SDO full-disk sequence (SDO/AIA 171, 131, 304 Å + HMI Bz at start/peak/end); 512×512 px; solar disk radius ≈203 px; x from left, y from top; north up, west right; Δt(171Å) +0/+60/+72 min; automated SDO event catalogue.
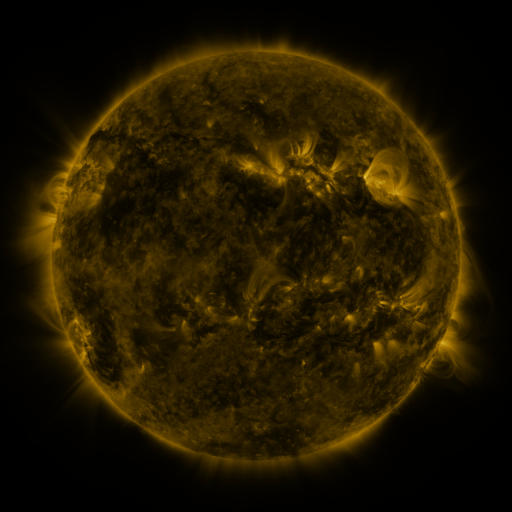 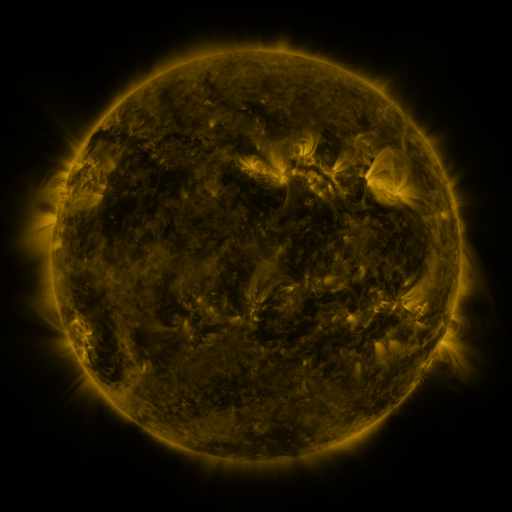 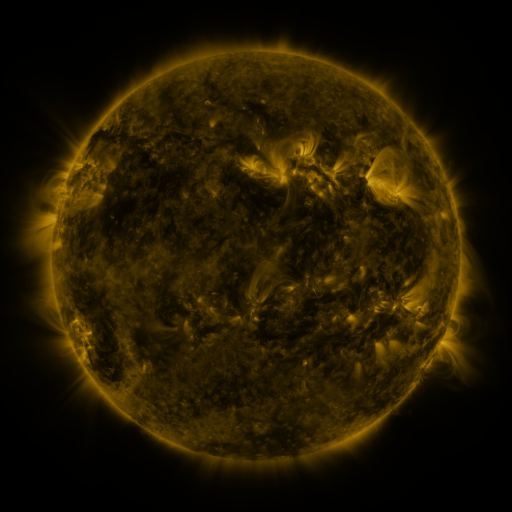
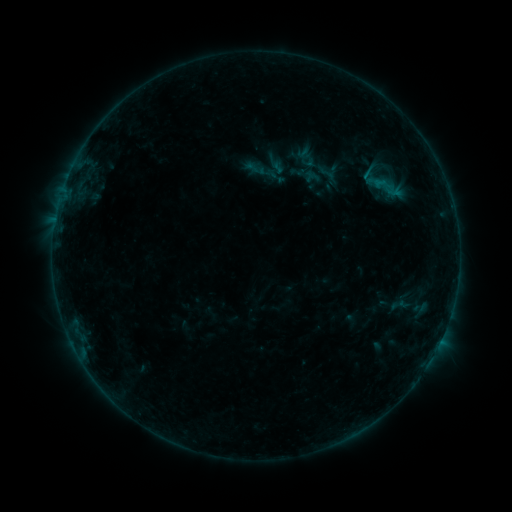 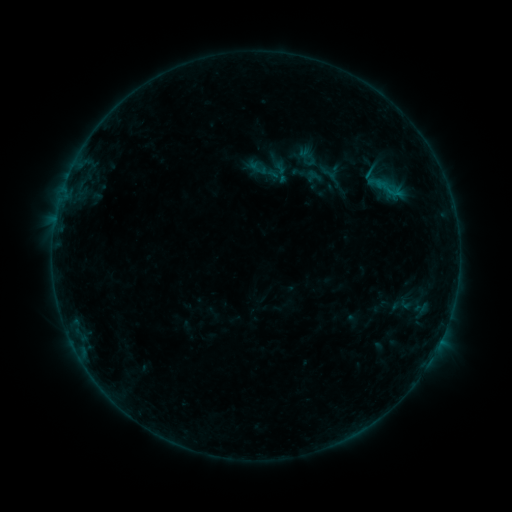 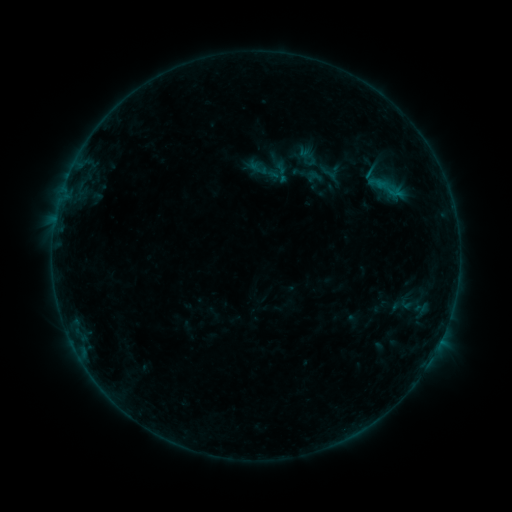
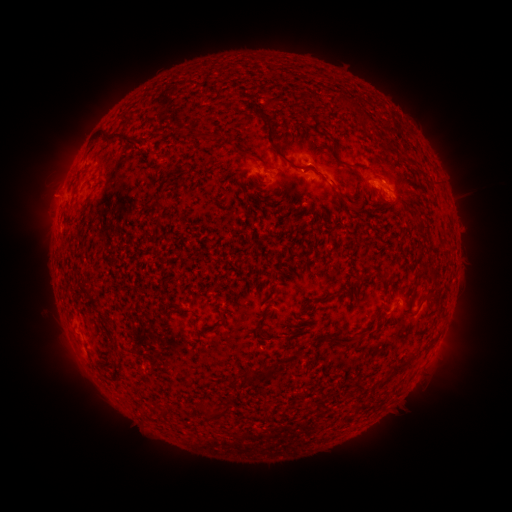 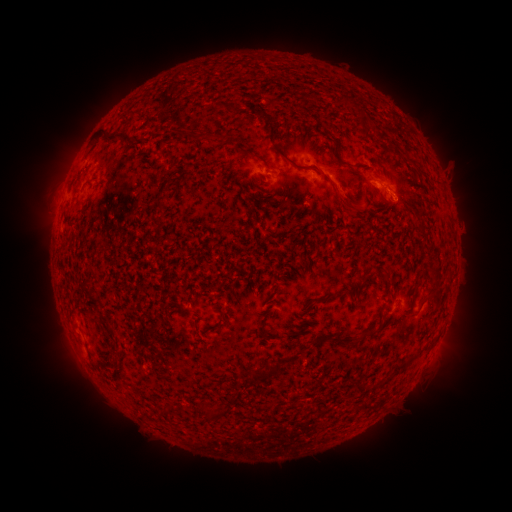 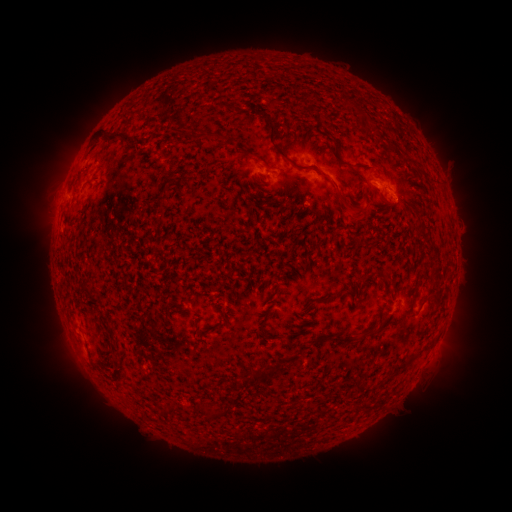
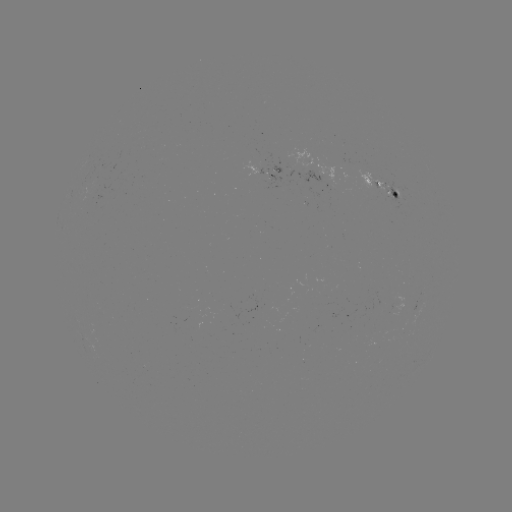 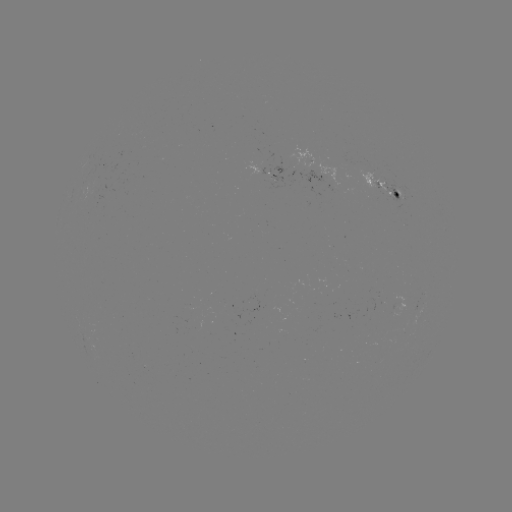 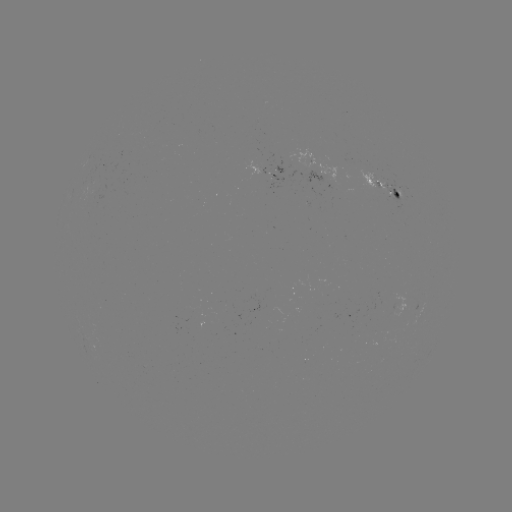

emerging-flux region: <bbox>376, 181, 404, 211</bbox>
